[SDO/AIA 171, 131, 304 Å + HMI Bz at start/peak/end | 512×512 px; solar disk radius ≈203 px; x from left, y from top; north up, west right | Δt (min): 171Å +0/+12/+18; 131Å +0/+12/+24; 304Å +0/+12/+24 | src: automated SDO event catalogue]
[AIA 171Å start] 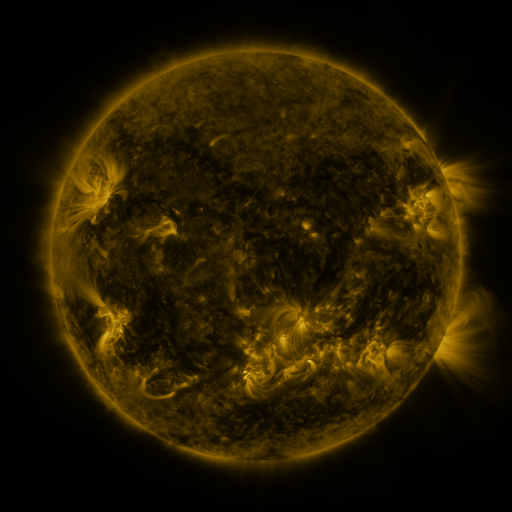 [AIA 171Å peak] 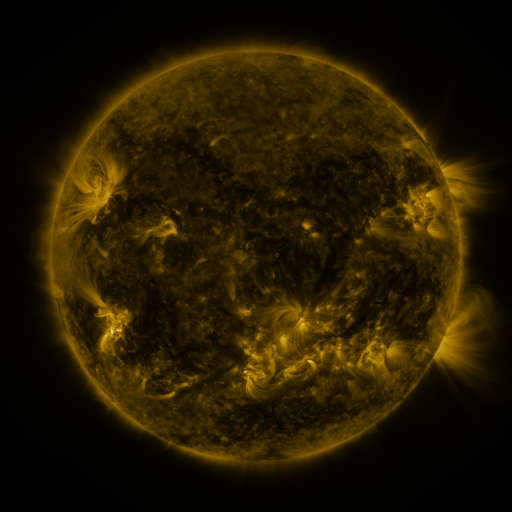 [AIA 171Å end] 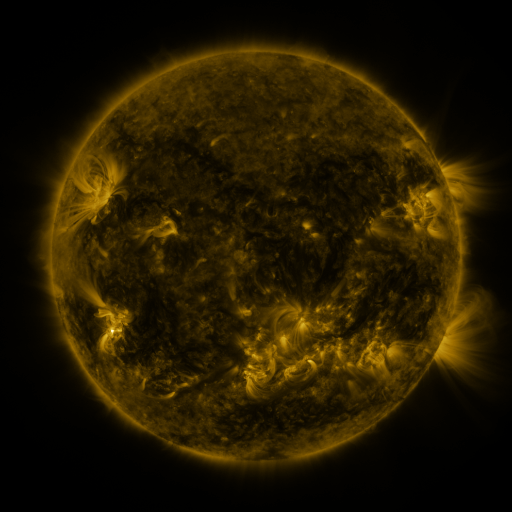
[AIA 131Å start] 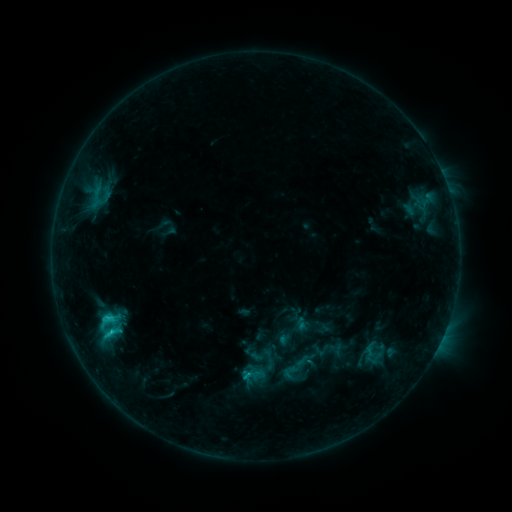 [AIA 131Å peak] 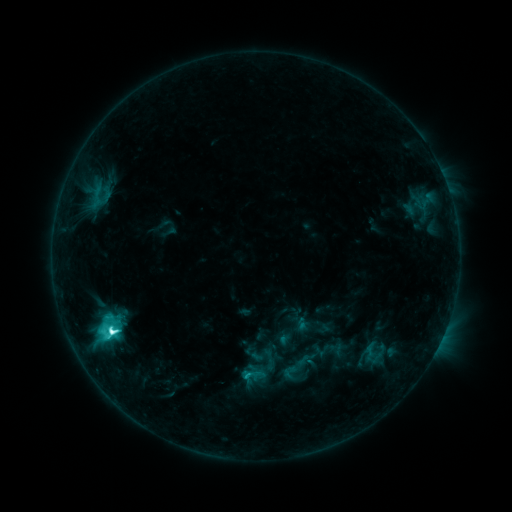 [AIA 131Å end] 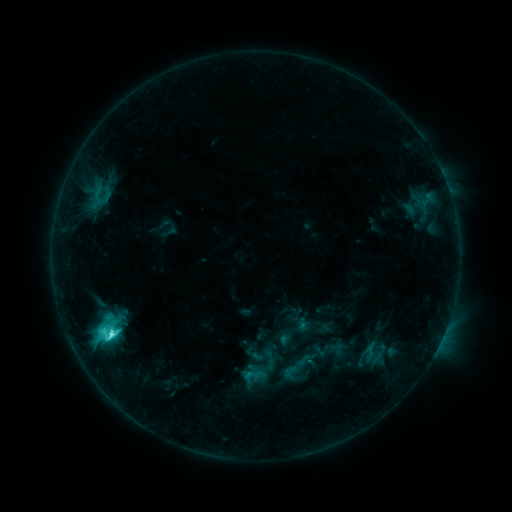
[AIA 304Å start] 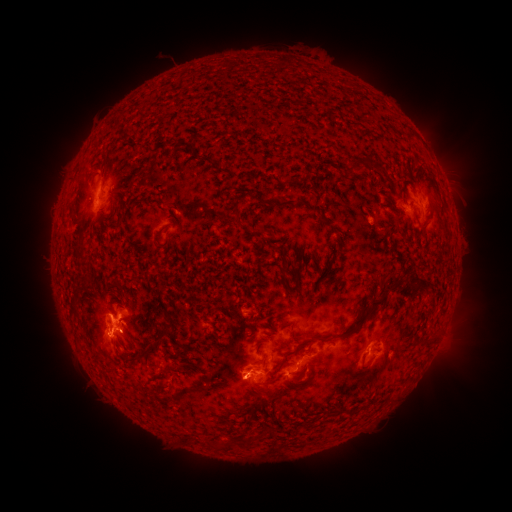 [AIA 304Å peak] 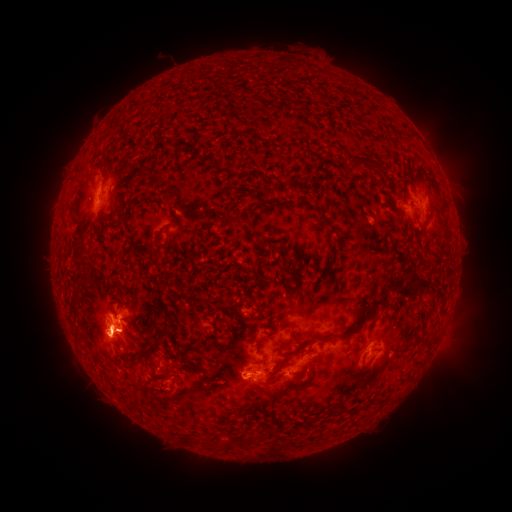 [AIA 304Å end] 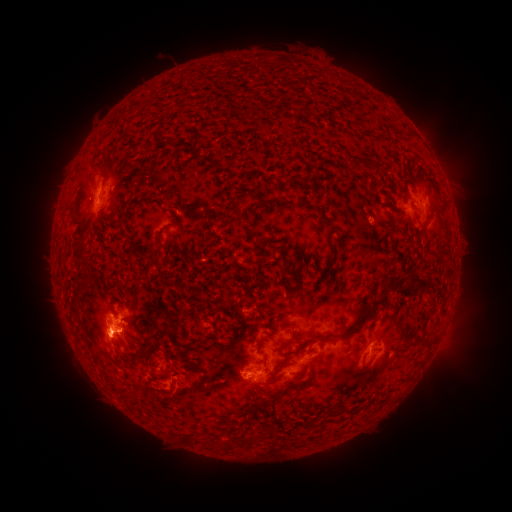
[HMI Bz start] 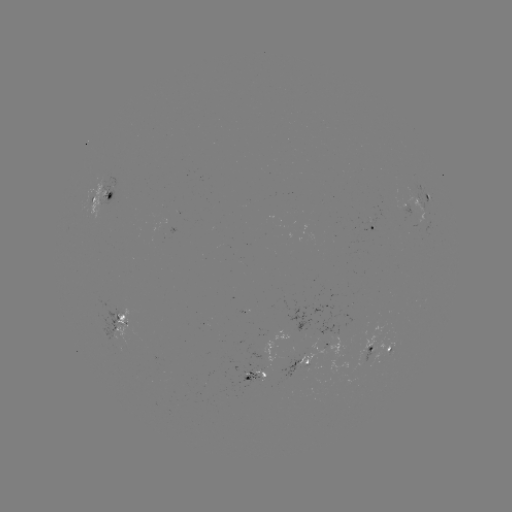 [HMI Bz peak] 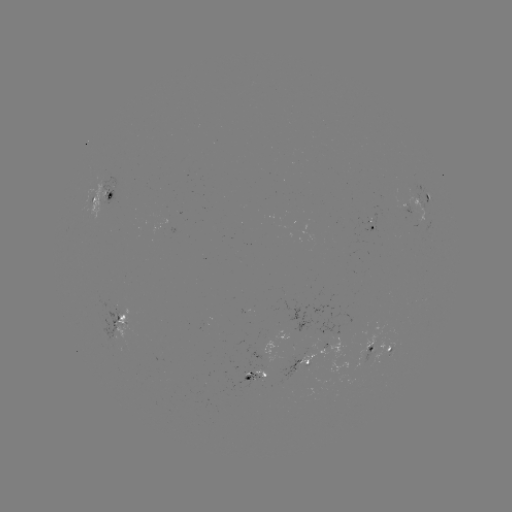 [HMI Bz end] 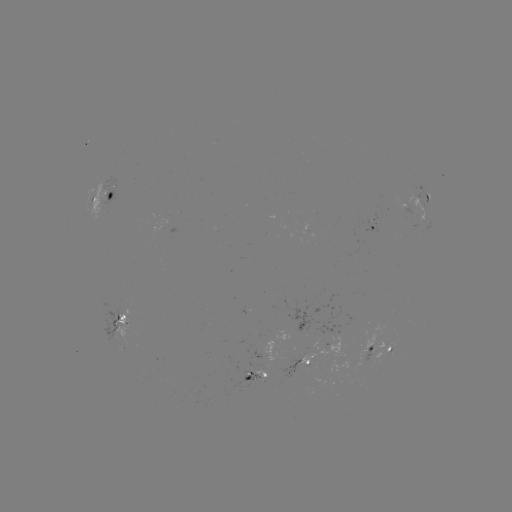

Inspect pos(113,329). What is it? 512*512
C8.4 flare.